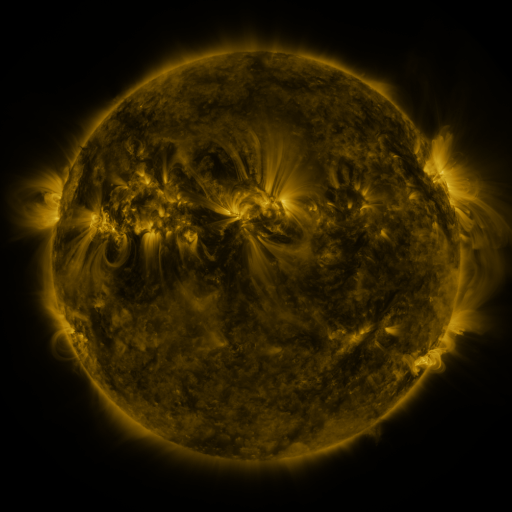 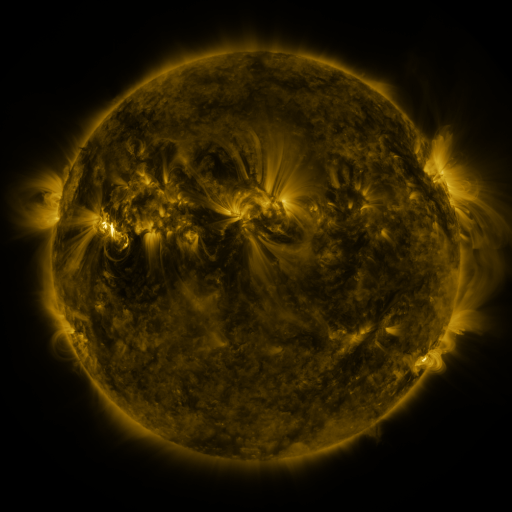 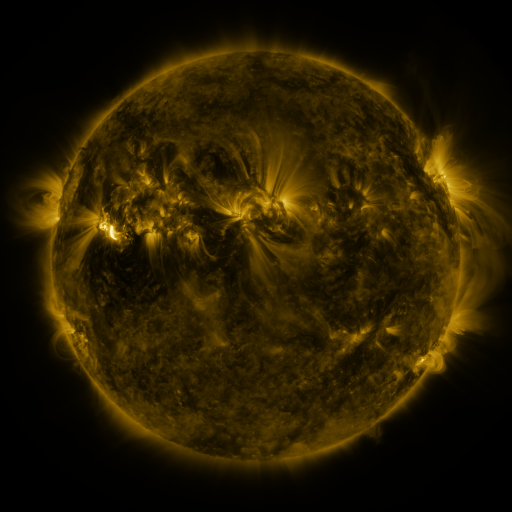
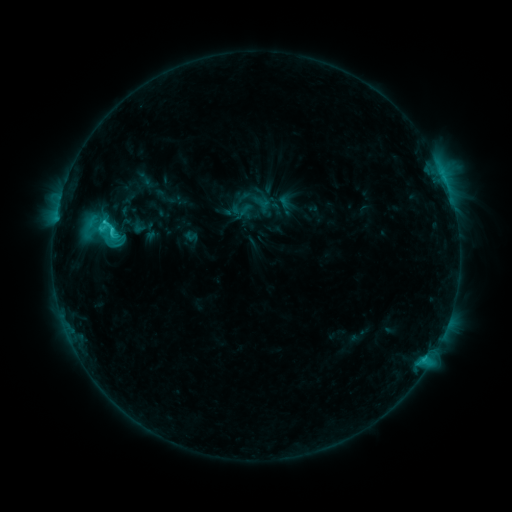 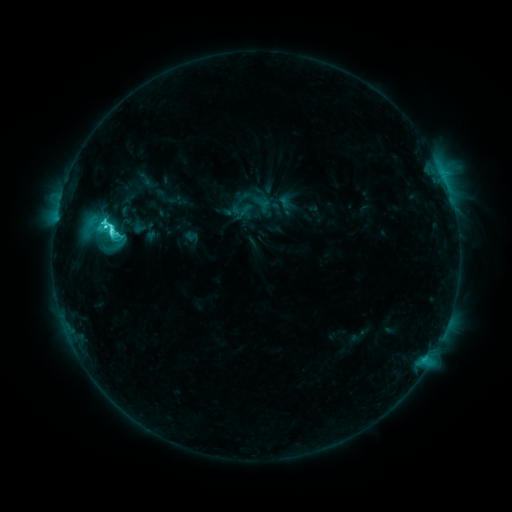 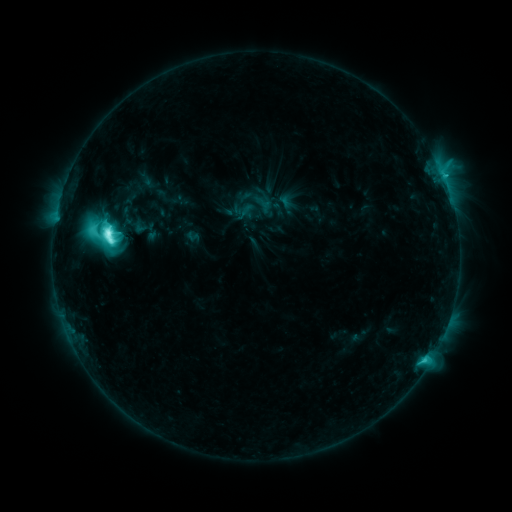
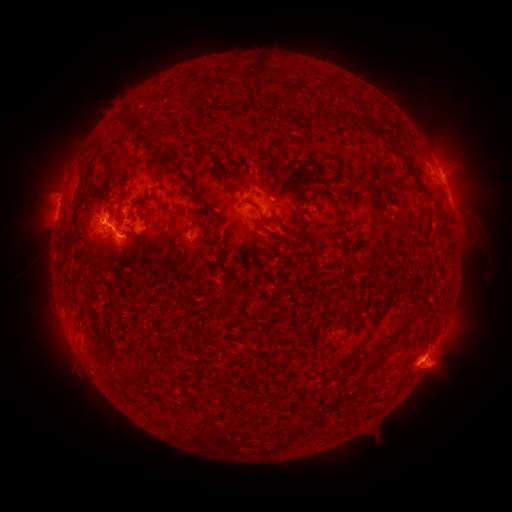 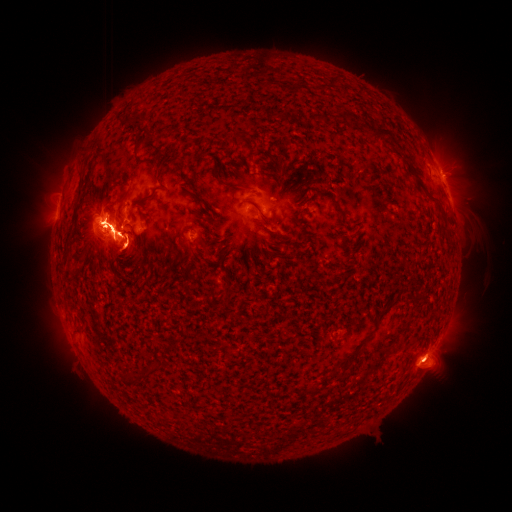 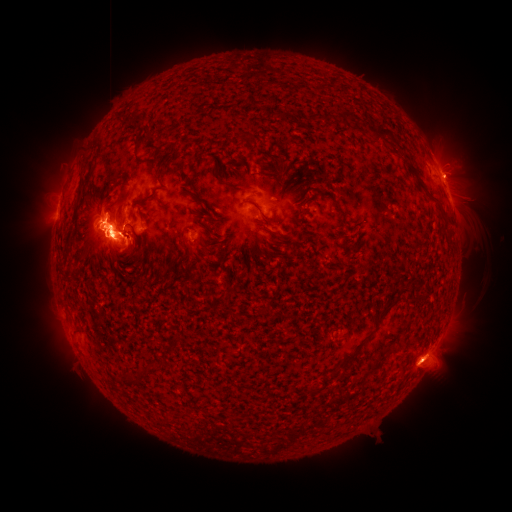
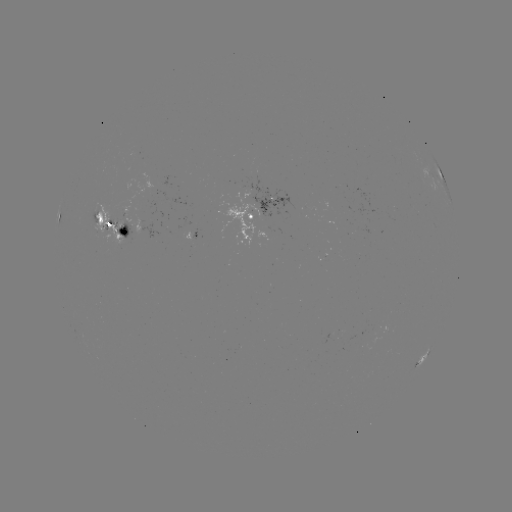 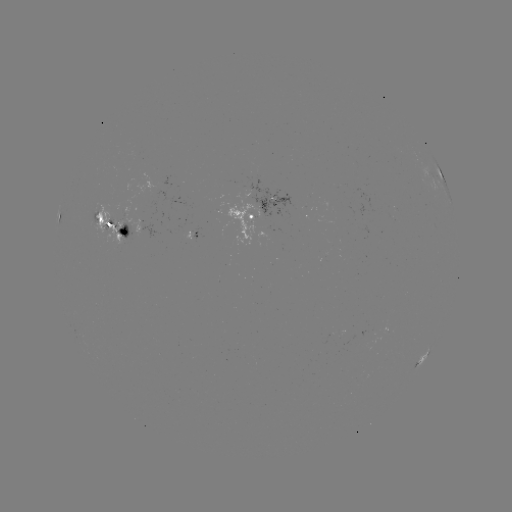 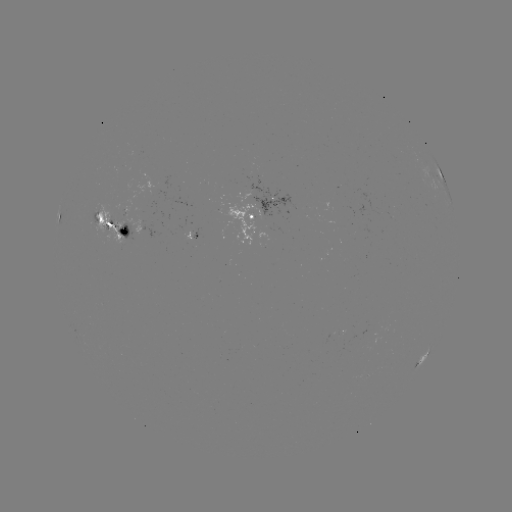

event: flare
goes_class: M7.4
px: (103, 225)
